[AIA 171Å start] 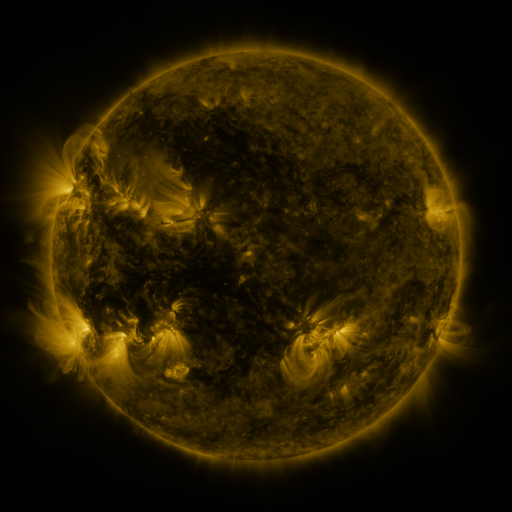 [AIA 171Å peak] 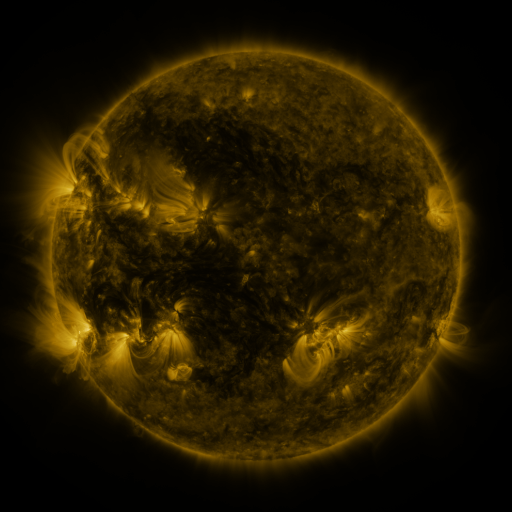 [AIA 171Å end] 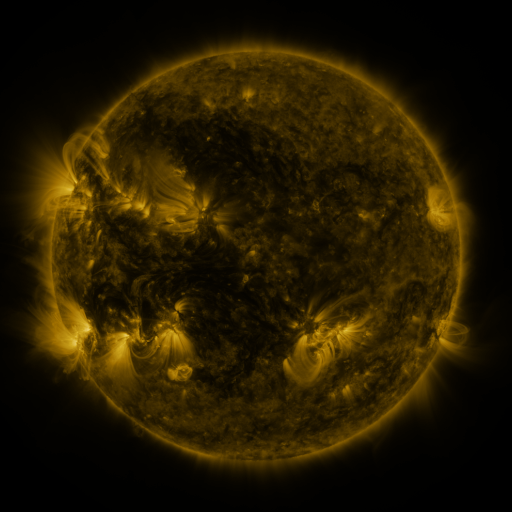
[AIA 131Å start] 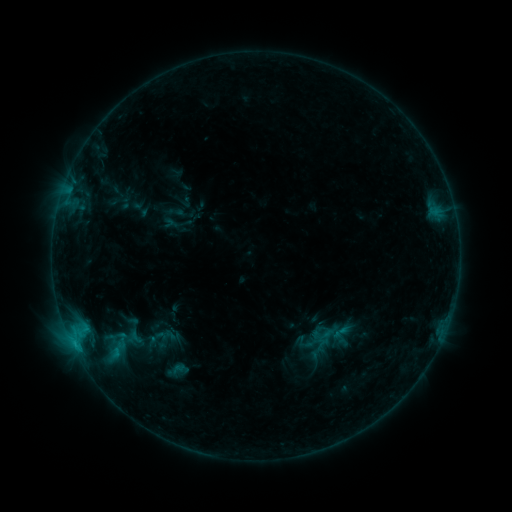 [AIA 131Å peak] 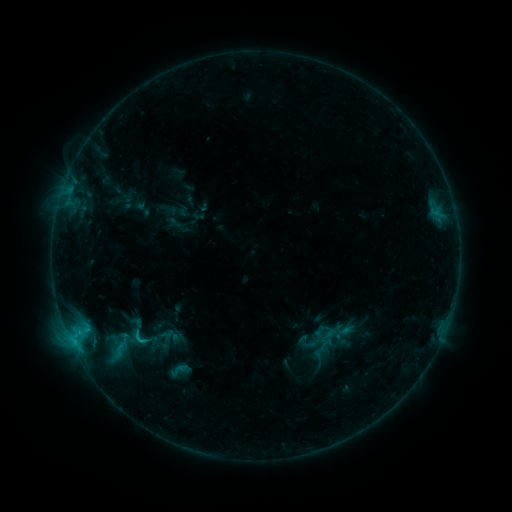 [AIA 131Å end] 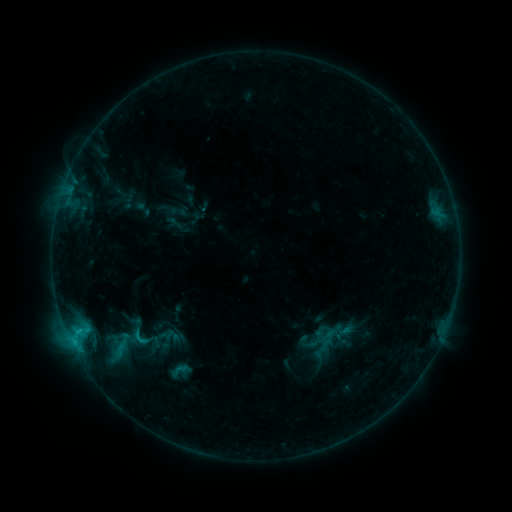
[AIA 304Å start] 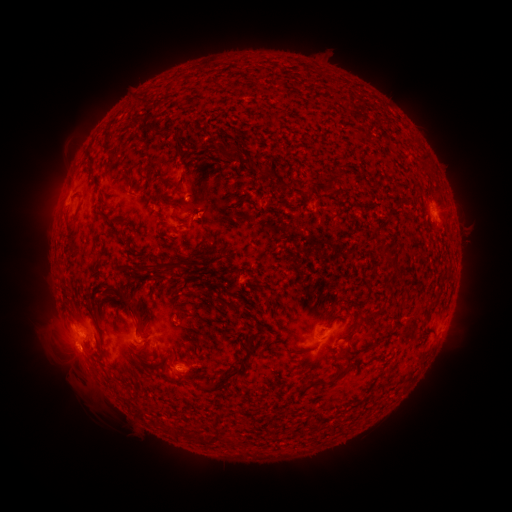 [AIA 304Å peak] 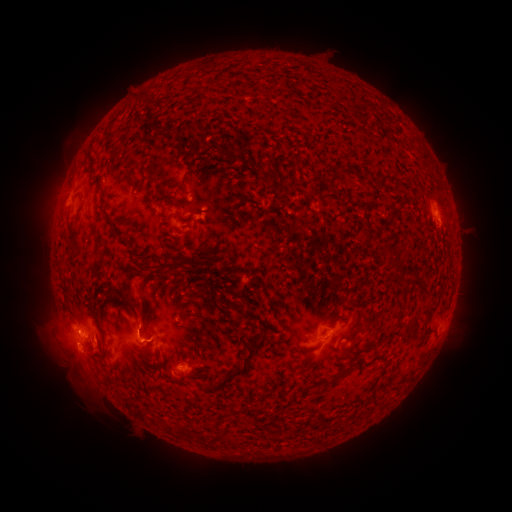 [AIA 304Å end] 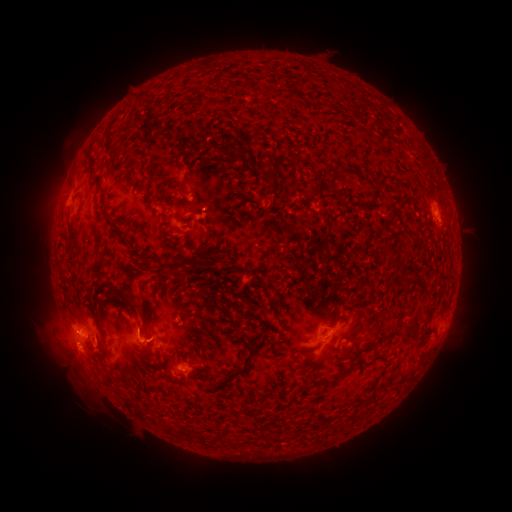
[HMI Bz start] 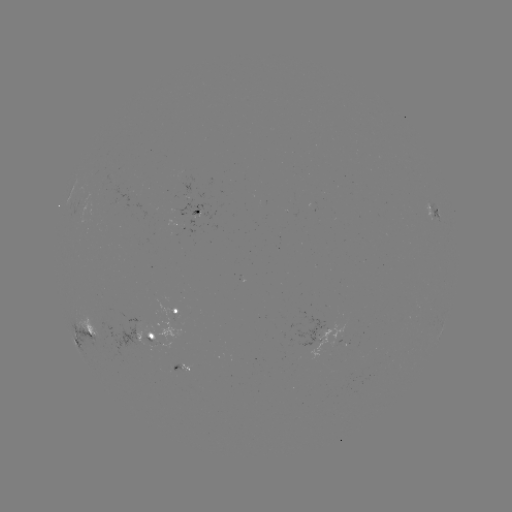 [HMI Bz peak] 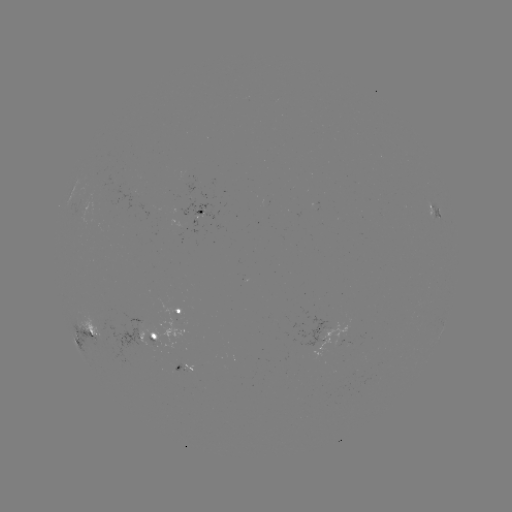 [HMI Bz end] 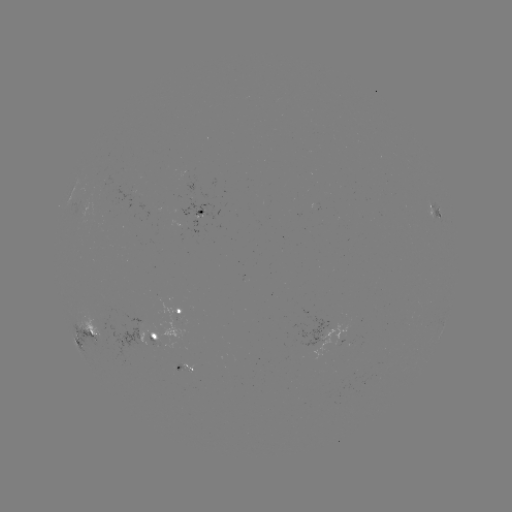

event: emerging-flux region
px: (156, 341)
